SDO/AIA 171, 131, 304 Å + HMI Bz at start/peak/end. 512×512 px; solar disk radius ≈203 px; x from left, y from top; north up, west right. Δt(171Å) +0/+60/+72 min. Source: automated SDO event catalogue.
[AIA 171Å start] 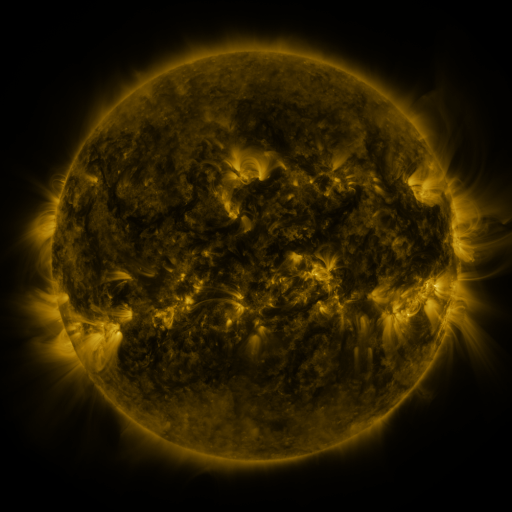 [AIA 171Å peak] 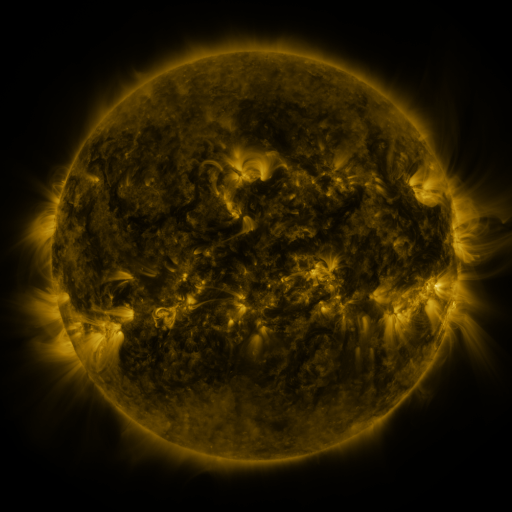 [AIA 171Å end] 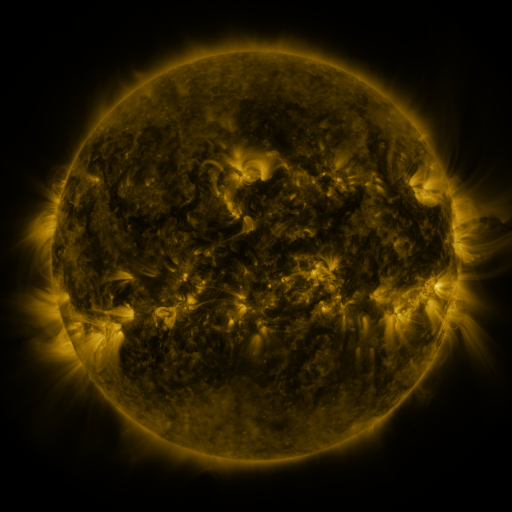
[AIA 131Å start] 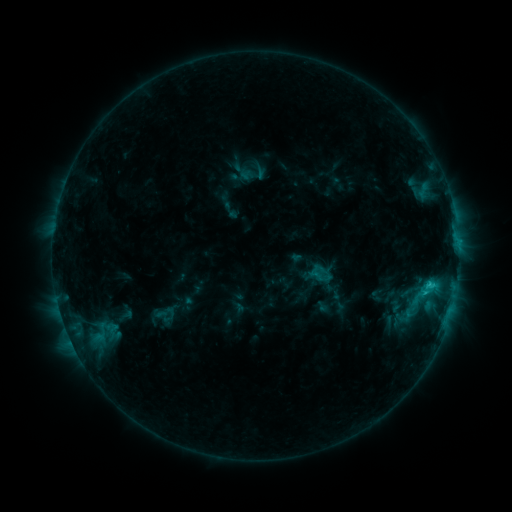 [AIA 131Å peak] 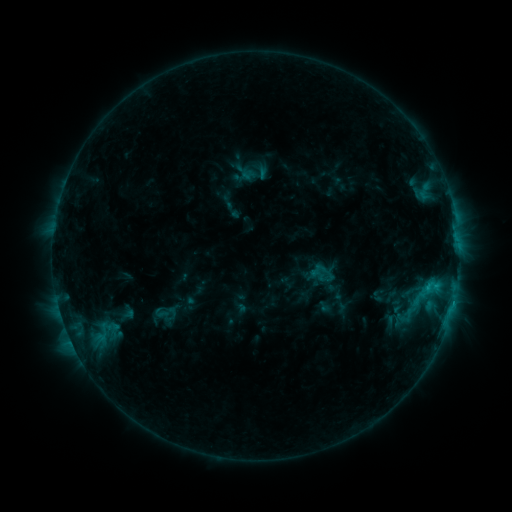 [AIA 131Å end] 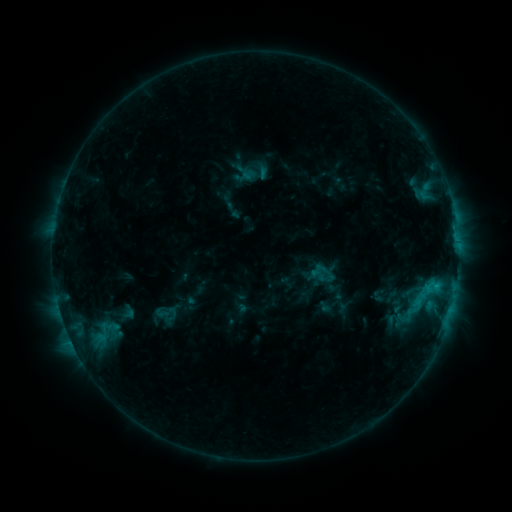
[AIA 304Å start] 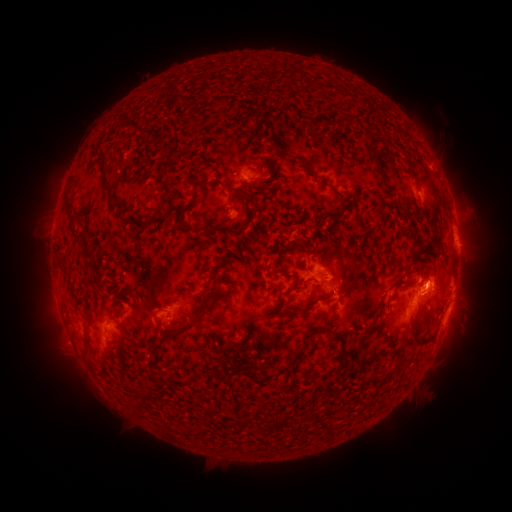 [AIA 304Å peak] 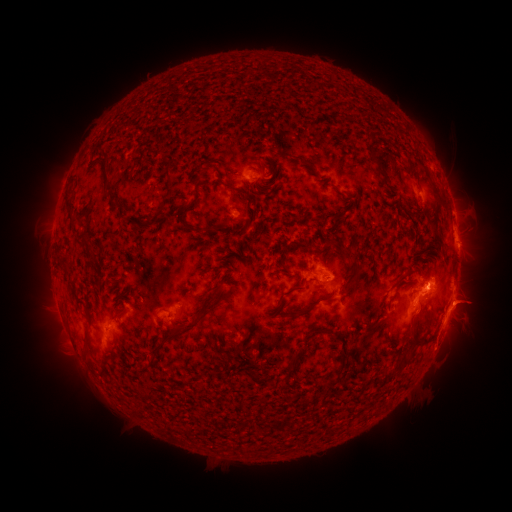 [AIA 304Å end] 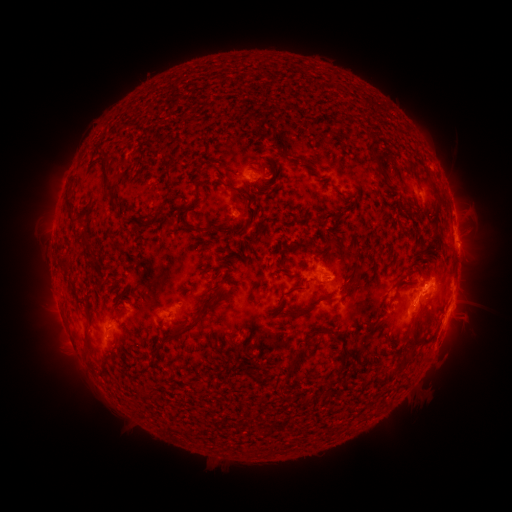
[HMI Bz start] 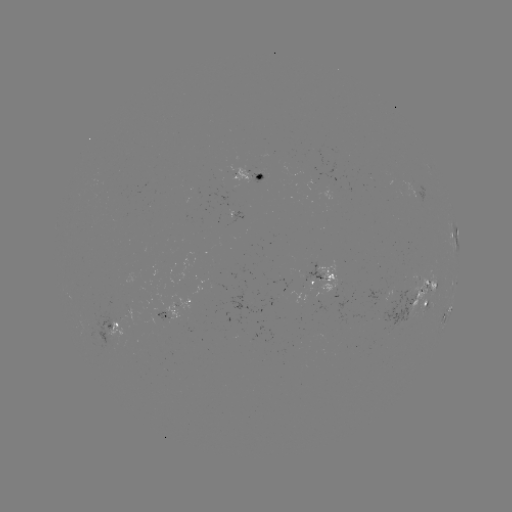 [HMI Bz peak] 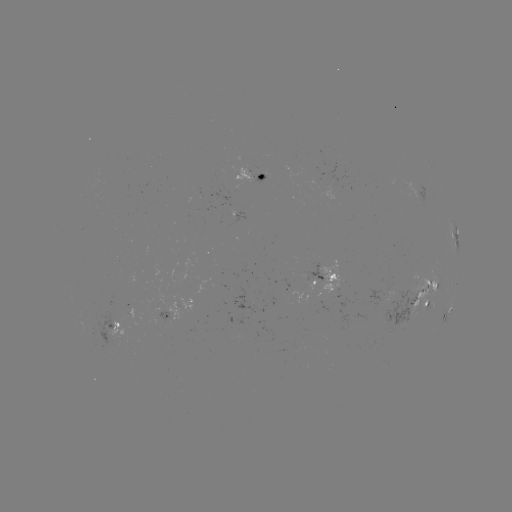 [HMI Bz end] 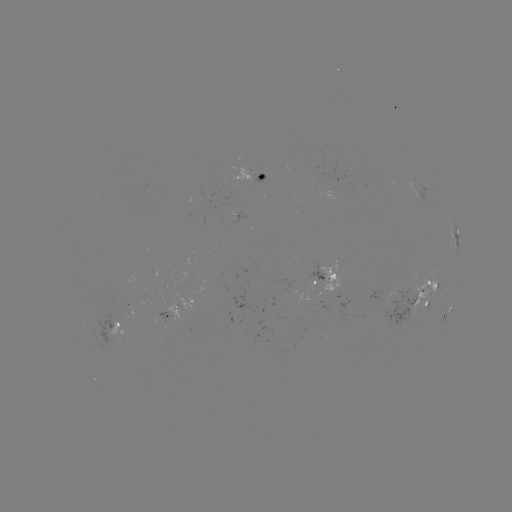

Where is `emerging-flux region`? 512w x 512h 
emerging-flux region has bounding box [306, 263, 324, 284].